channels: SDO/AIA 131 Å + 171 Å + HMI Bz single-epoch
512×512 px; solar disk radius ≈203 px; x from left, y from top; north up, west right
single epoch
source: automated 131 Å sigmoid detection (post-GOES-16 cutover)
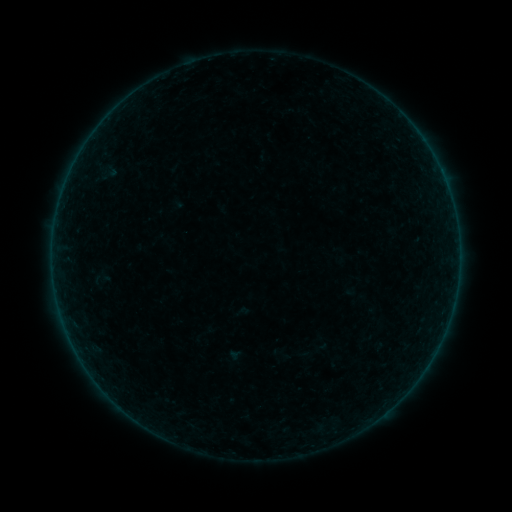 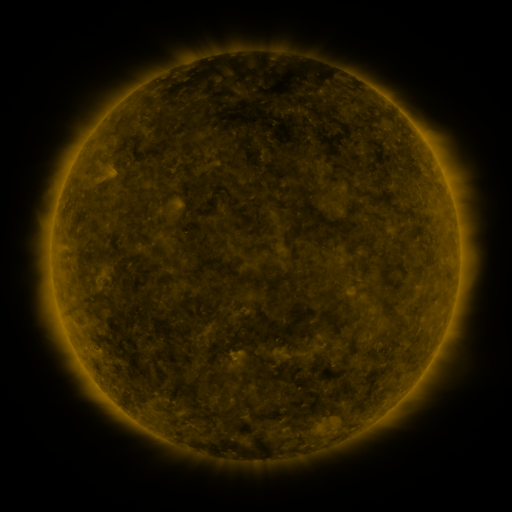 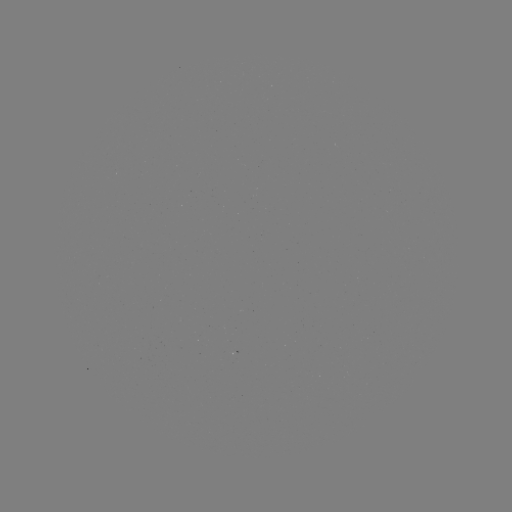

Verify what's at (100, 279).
sigmoid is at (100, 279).